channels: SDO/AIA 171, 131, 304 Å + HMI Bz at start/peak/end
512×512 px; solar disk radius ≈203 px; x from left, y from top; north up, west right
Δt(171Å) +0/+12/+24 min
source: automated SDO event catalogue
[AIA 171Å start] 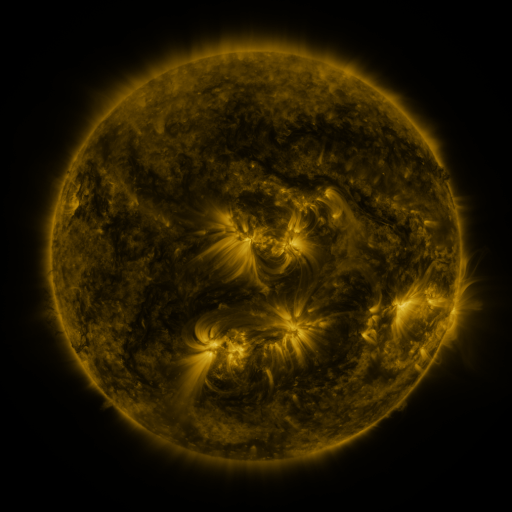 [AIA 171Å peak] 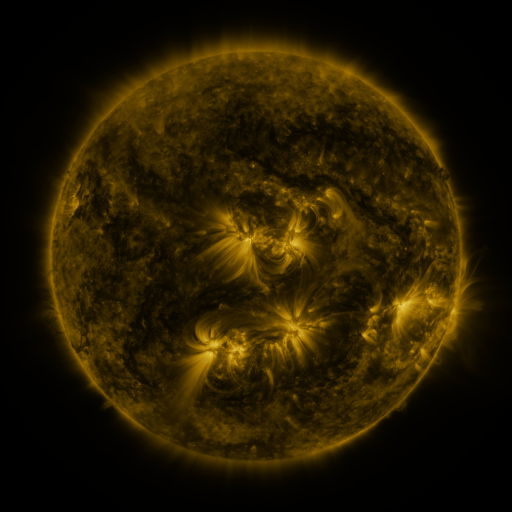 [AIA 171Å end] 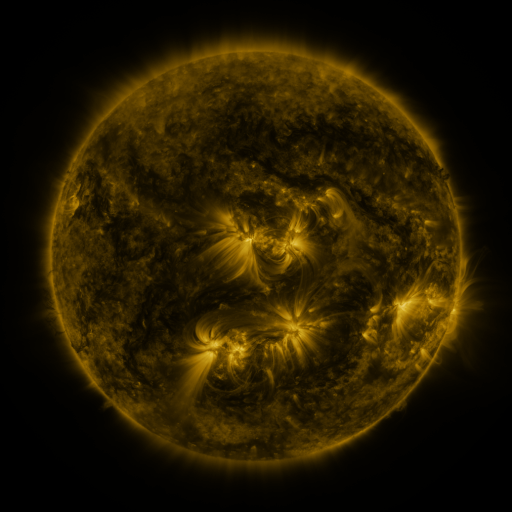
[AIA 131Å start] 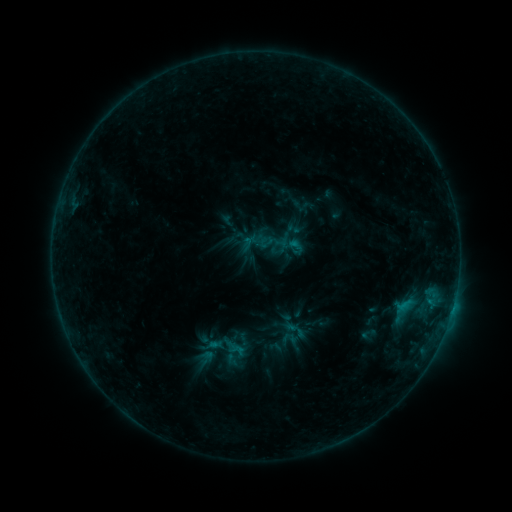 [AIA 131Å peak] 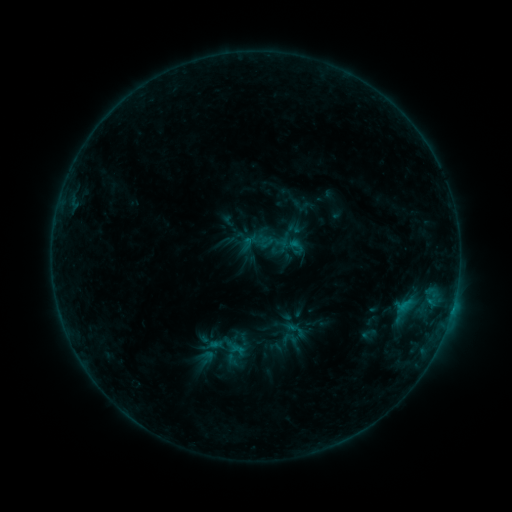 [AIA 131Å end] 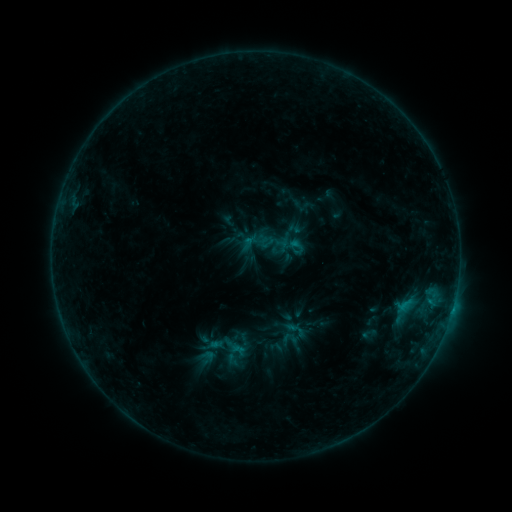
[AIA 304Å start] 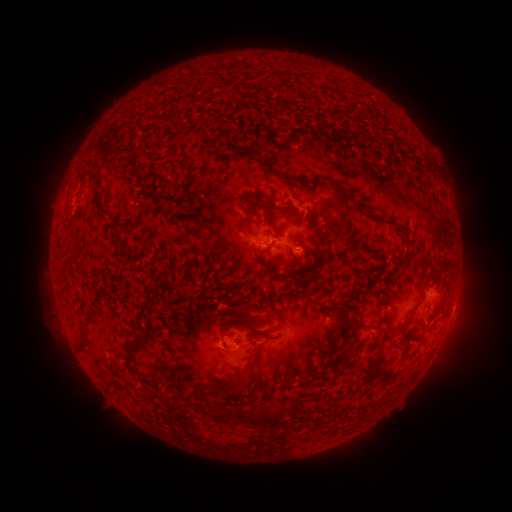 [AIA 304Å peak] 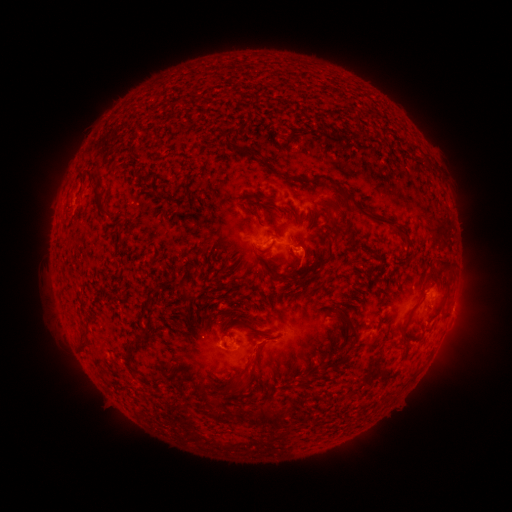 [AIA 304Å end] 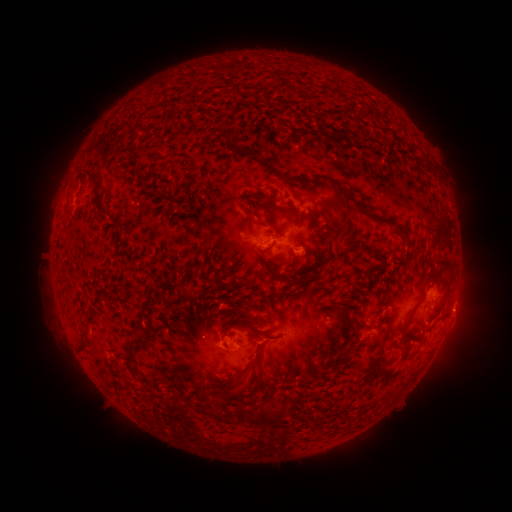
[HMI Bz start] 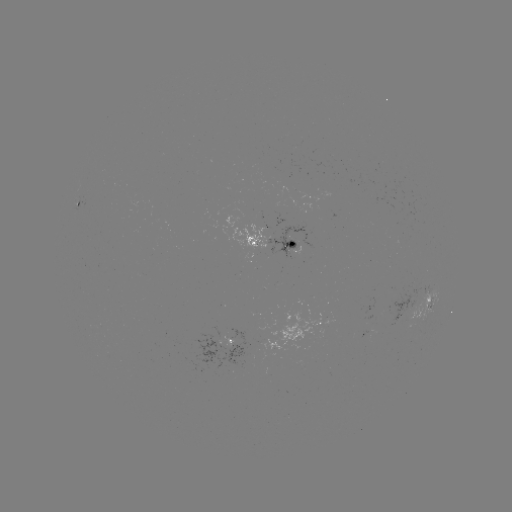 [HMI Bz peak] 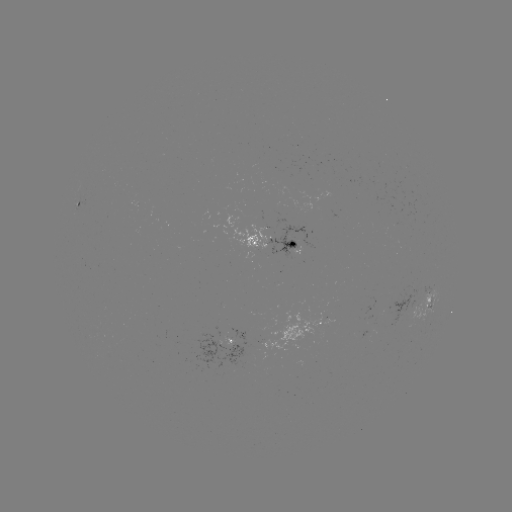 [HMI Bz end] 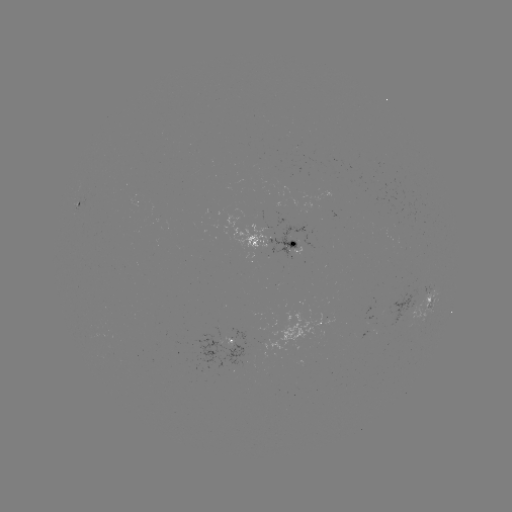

no flare in any classed list; no EUV-trigger detection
